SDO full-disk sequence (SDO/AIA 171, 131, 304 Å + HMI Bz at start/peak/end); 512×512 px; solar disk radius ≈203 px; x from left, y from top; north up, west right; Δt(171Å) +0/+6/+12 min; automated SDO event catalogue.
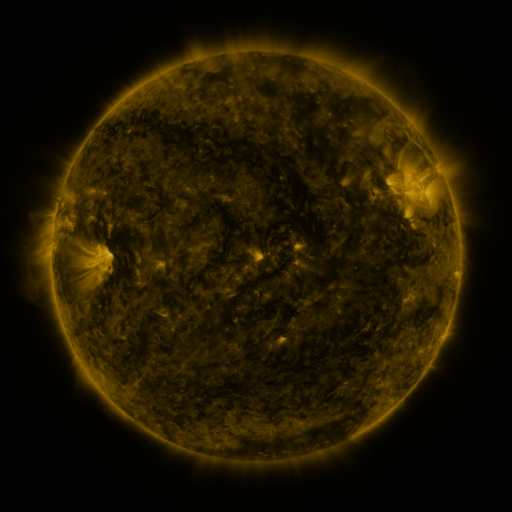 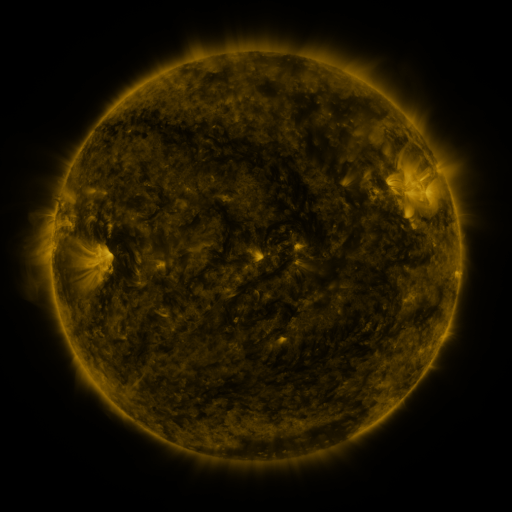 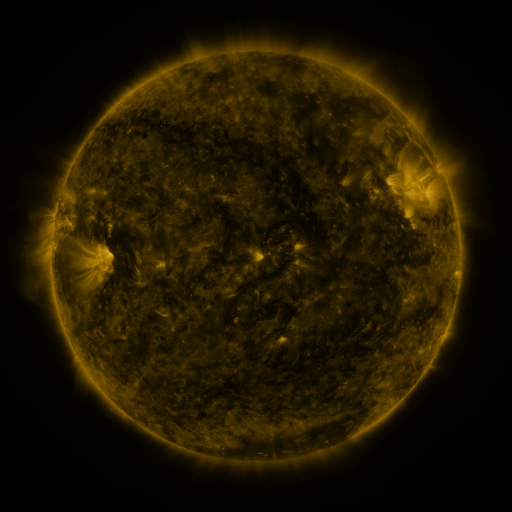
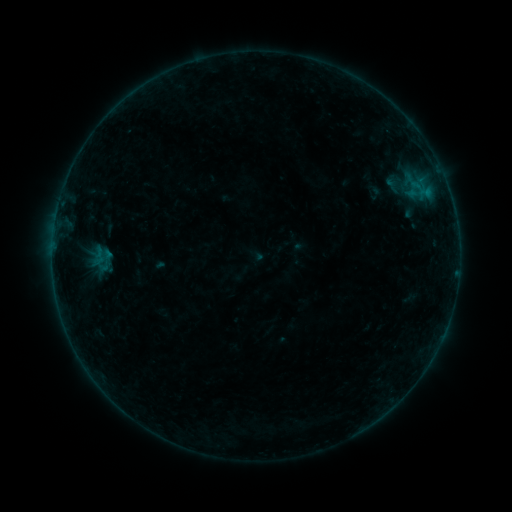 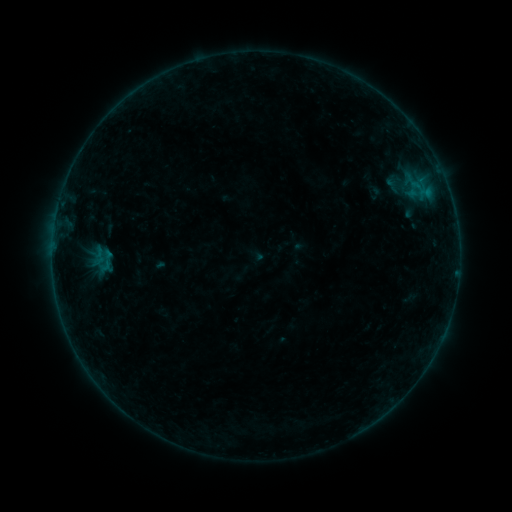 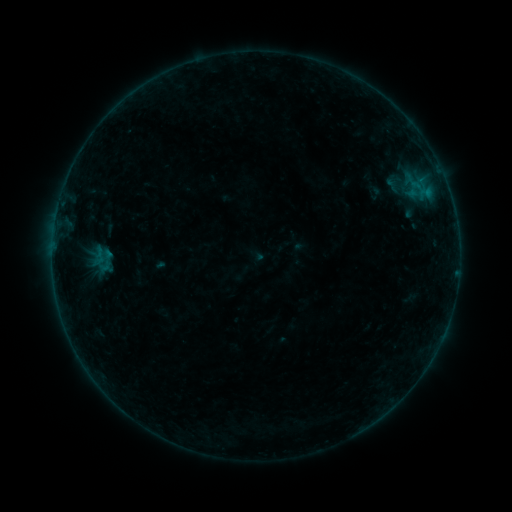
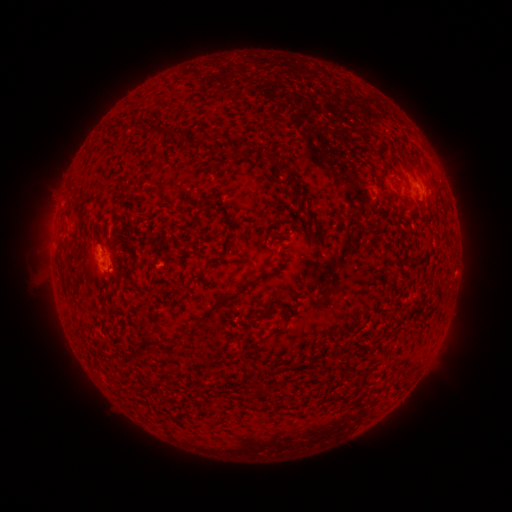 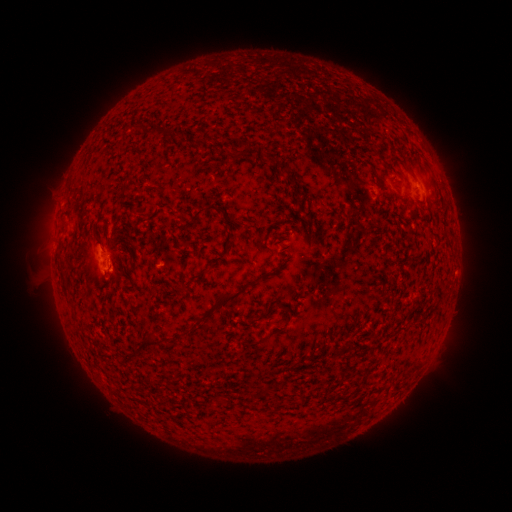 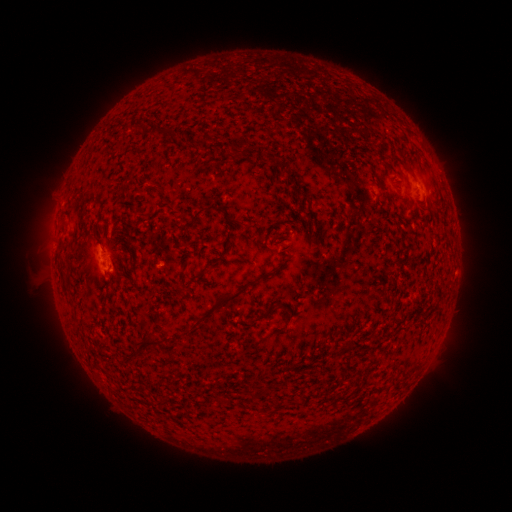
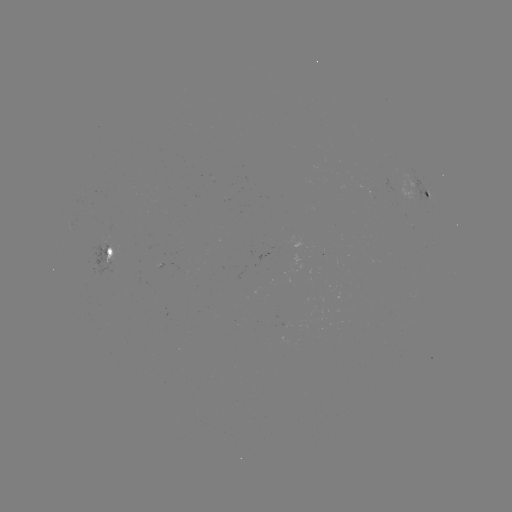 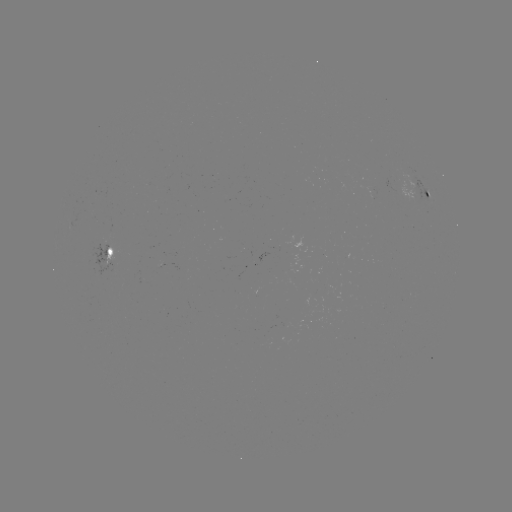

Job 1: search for B1.9 flare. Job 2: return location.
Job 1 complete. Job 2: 110,267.